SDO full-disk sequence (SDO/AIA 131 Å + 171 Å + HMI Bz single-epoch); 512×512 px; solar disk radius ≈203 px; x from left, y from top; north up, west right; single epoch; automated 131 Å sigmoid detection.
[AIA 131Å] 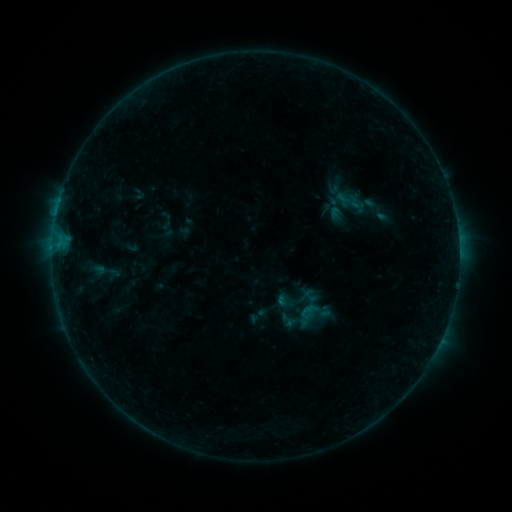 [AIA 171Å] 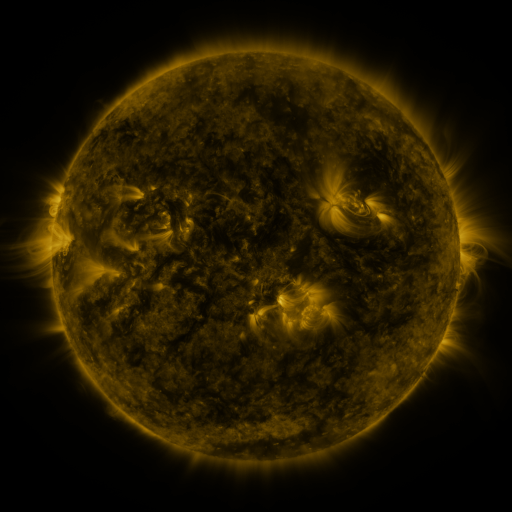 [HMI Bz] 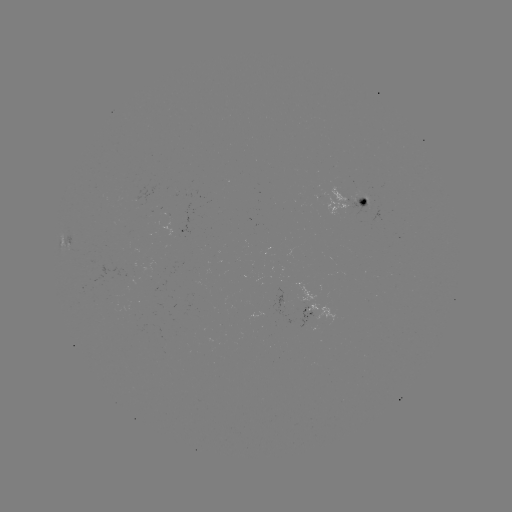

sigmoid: [89, 257, 123, 285]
